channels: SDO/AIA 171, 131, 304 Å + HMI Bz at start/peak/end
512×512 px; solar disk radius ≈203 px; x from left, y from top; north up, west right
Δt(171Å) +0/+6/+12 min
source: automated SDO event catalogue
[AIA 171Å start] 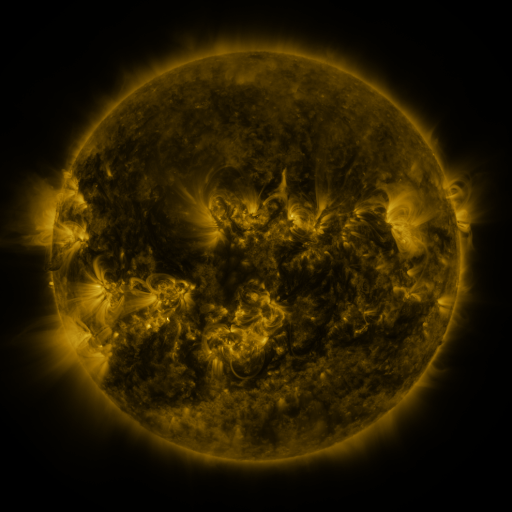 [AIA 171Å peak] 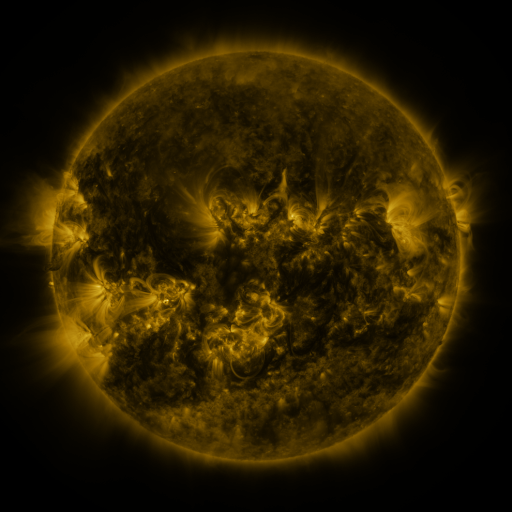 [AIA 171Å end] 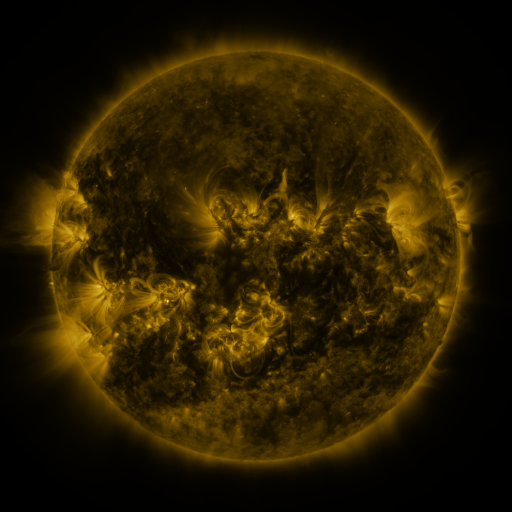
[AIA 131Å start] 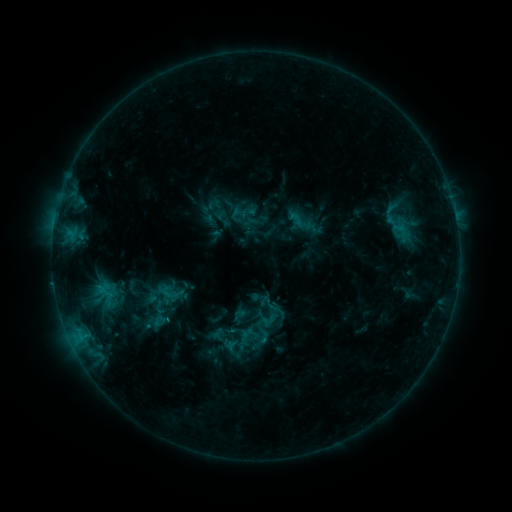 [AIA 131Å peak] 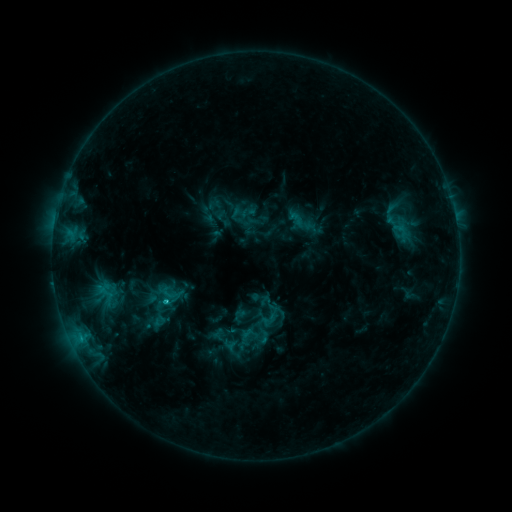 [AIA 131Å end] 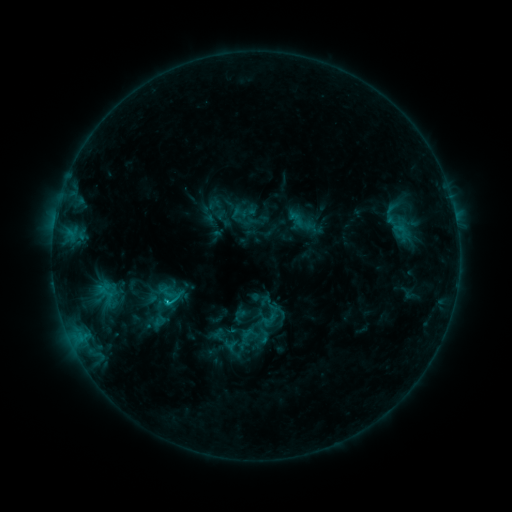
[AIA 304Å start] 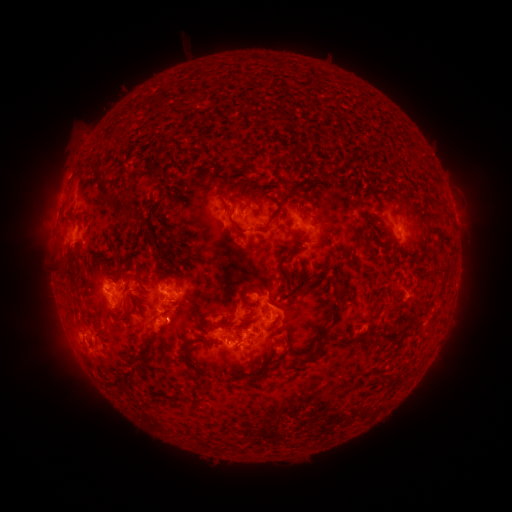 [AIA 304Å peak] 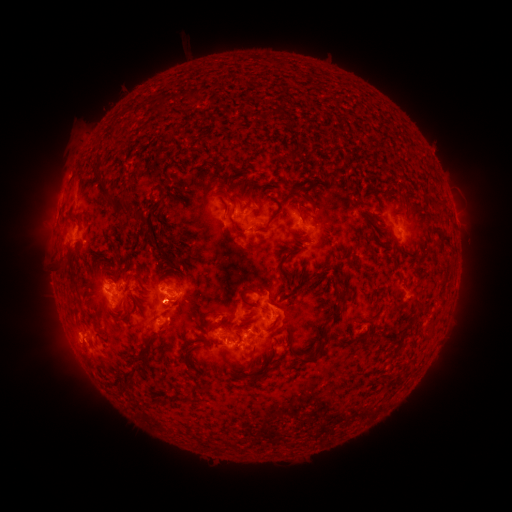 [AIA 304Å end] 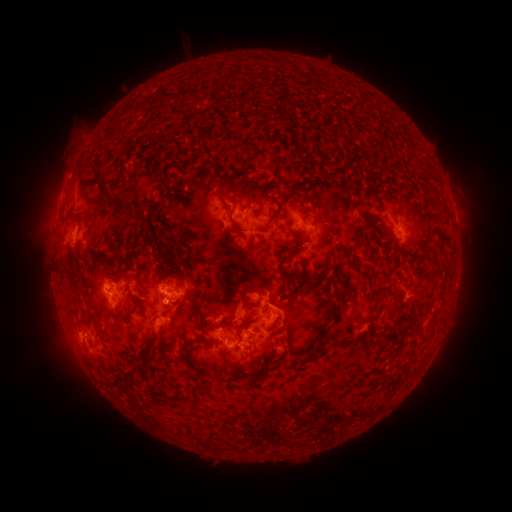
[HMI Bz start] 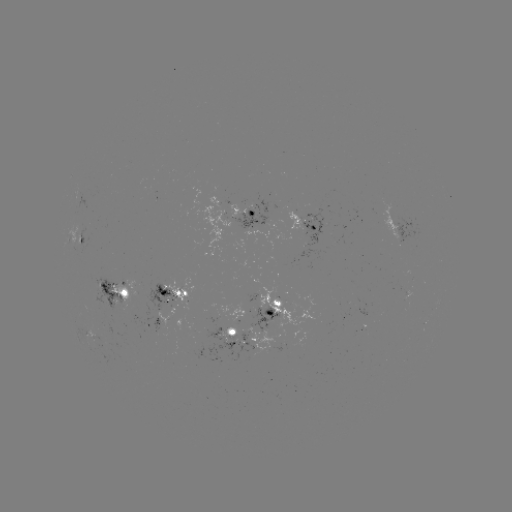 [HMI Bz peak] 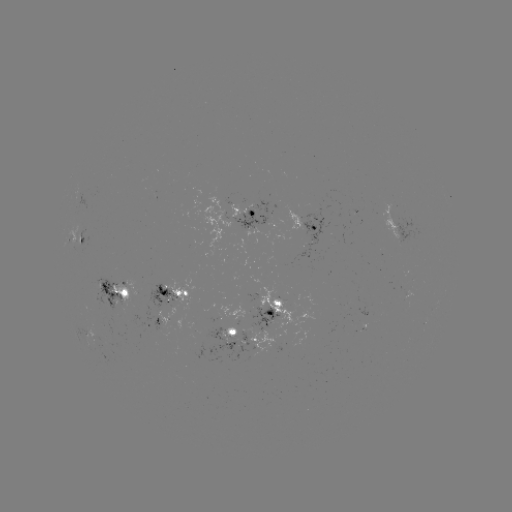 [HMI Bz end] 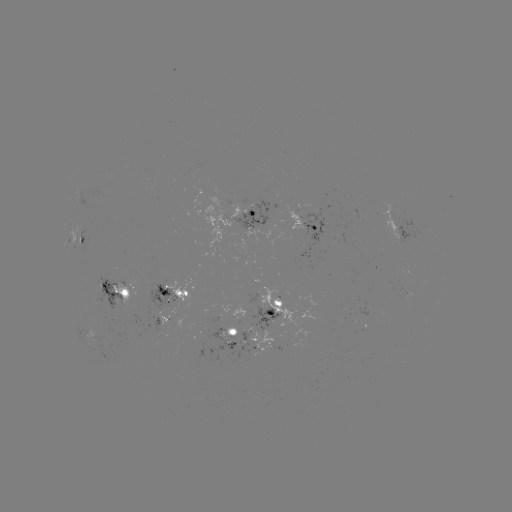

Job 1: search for C1.6 flare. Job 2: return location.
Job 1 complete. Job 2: [167, 301].